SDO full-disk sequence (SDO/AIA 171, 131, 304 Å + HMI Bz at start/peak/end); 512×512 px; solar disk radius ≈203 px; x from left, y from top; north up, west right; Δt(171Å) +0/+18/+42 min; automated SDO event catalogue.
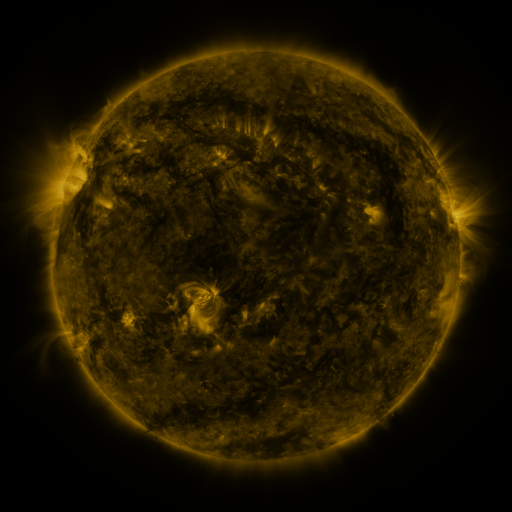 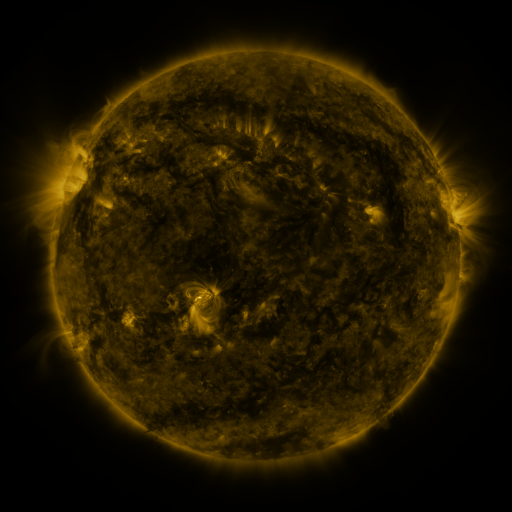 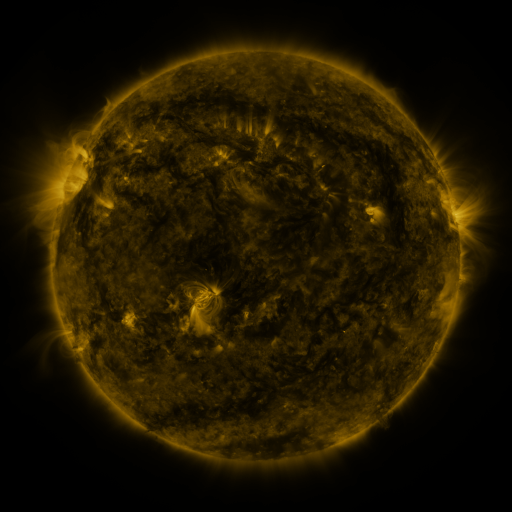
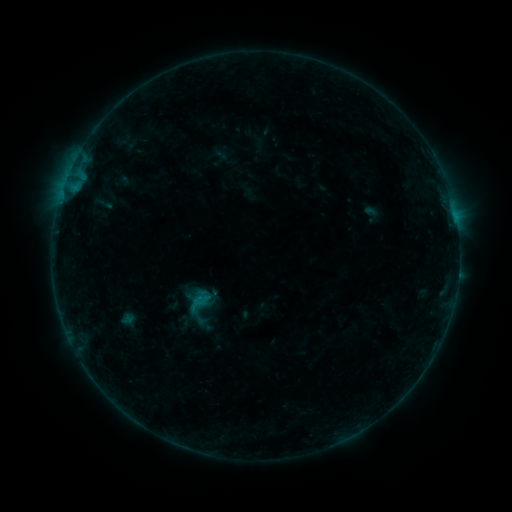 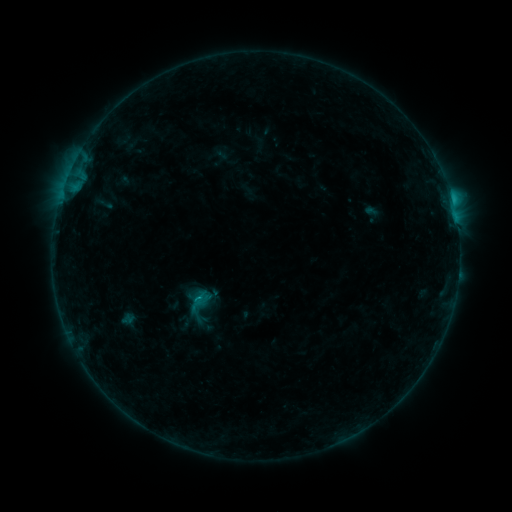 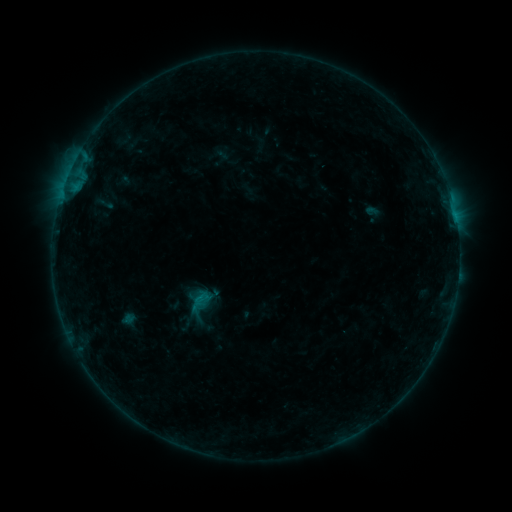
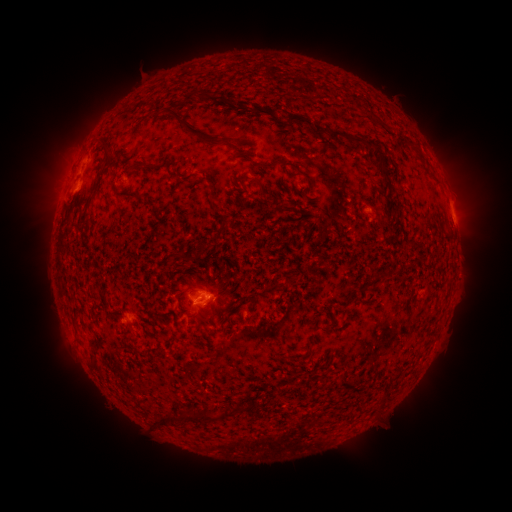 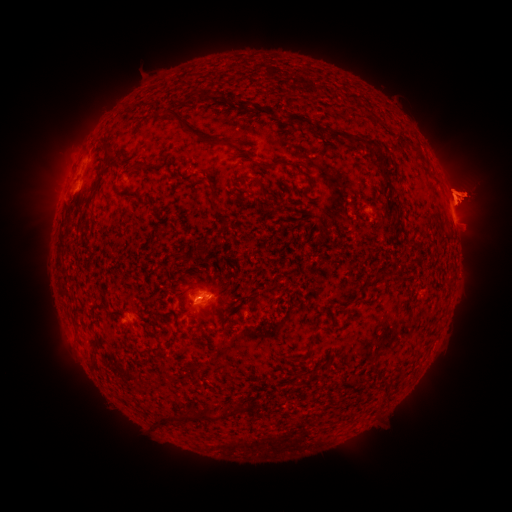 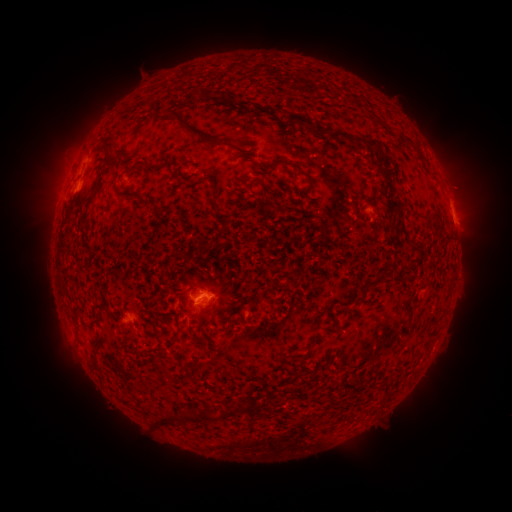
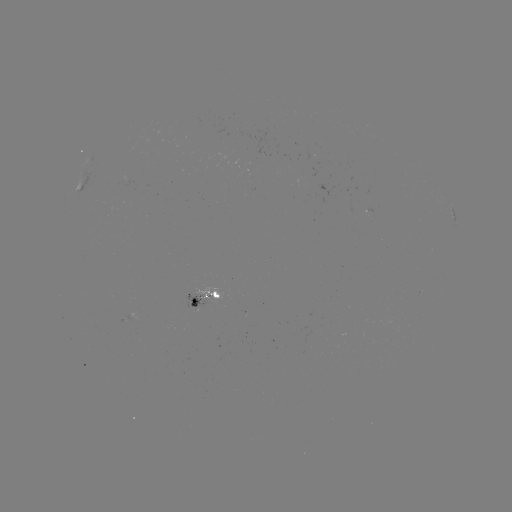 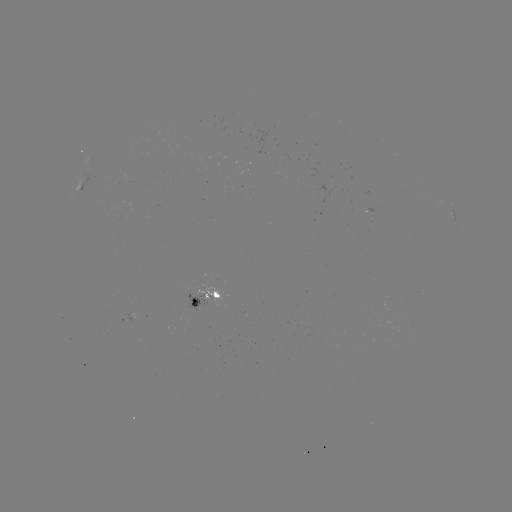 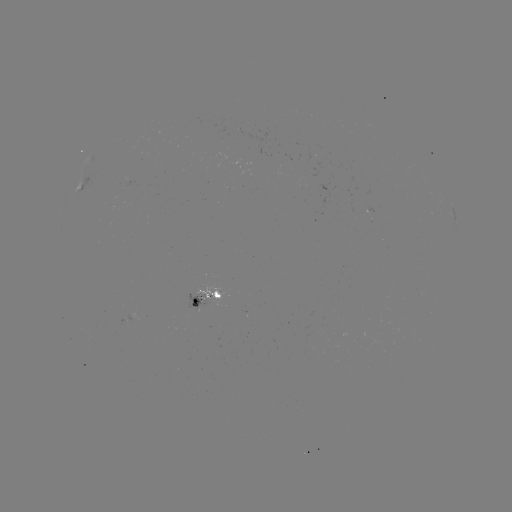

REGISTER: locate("C1.1 flare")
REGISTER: [452, 202]